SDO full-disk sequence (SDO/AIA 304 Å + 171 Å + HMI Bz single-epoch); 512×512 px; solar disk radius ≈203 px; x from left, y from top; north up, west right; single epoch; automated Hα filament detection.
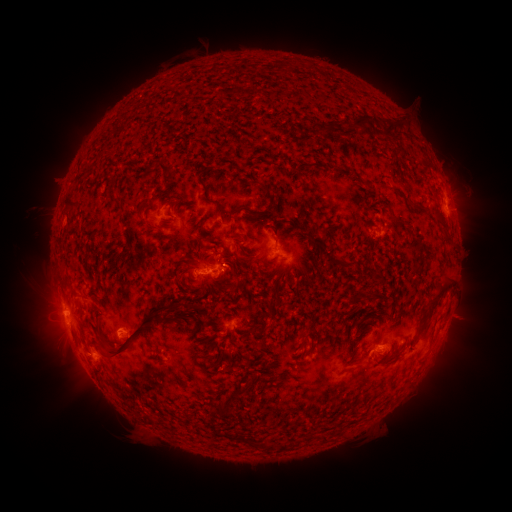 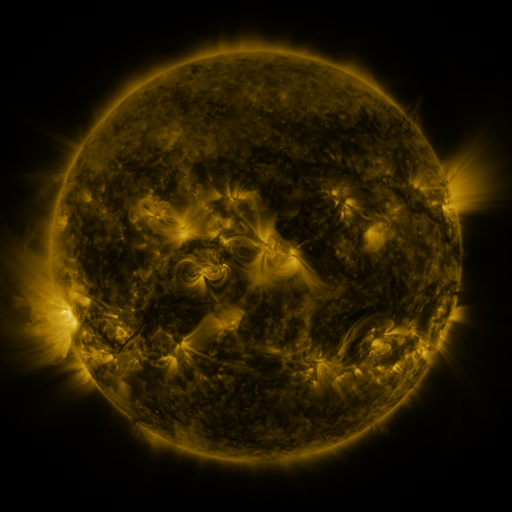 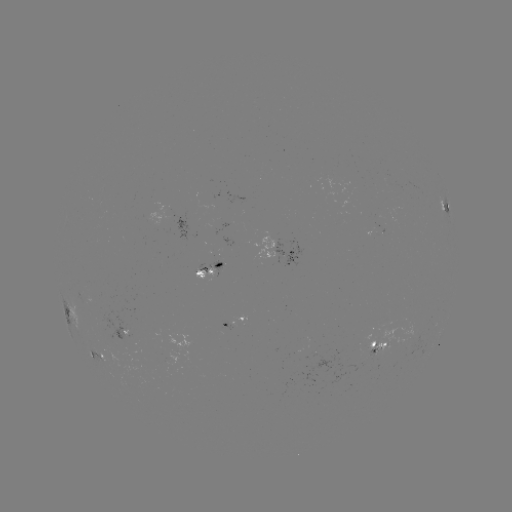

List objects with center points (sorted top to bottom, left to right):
filament: [348, 115, 366, 130]
filament: [381, 119, 403, 136]
filament: [322, 123, 333, 134]
filament: [157, 163, 174, 184]
filament: [197, 168, 223, 214]
filament: [107, 178, 116, 189]
filament: [261, 184, 272, 200]
filament: [63, 198, 79, 212]
filament: [411, 201, 423, 211]
filament: [432, 210, 445, 224]
filament: [144, 219, 153, 229]
filament: [298, 224, 324, 252]
filament: [324, 255, 357, 268]
filament: [279, 271, 287, 281]
filament: [426, 273, 453, 314]
filament: [228, 280, 236, 293]
filament: [265, 297, 275, 308]
filament: [107, 301, 187, 359]
filament: [95, 324, 104, 337]
filament: [302, 331, 310, 343]
filament: [358, 354, 371, 362]
filament: [231, 384, 246, 396]
filament: [216, 398, 234, 417]
filament: [231, 429, 292, 451]
